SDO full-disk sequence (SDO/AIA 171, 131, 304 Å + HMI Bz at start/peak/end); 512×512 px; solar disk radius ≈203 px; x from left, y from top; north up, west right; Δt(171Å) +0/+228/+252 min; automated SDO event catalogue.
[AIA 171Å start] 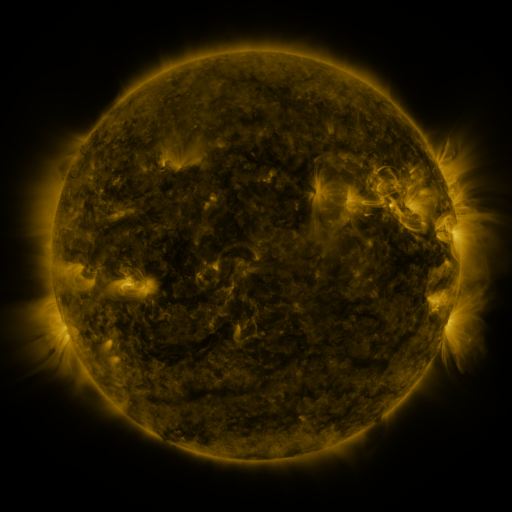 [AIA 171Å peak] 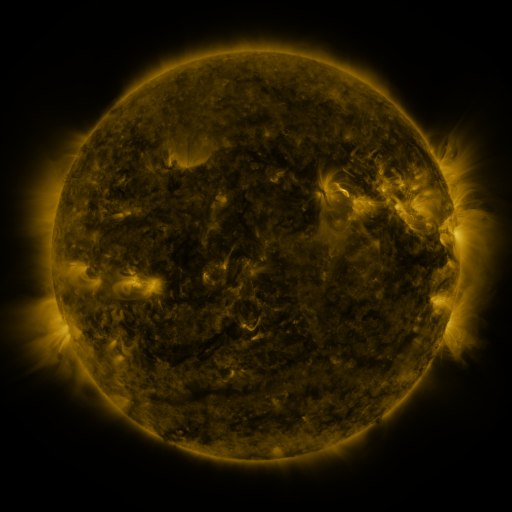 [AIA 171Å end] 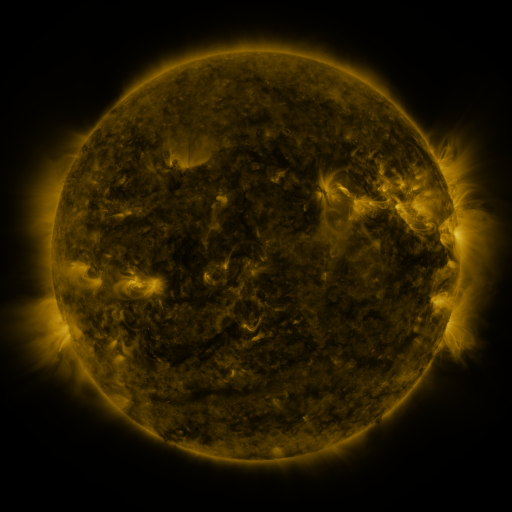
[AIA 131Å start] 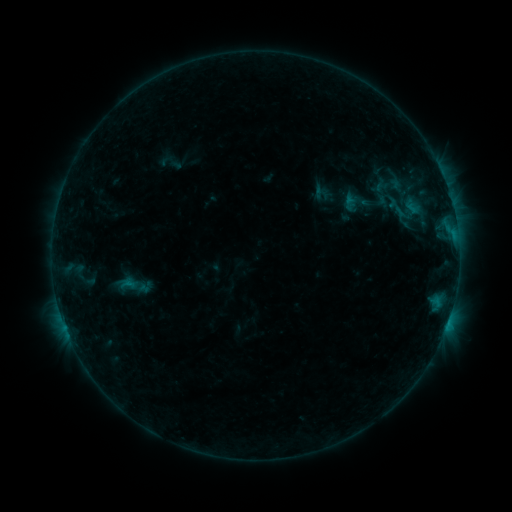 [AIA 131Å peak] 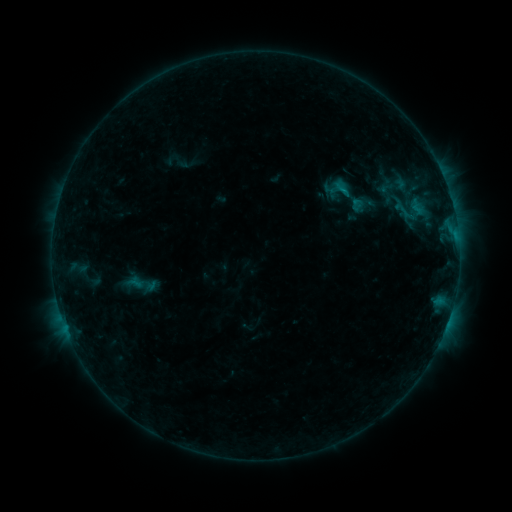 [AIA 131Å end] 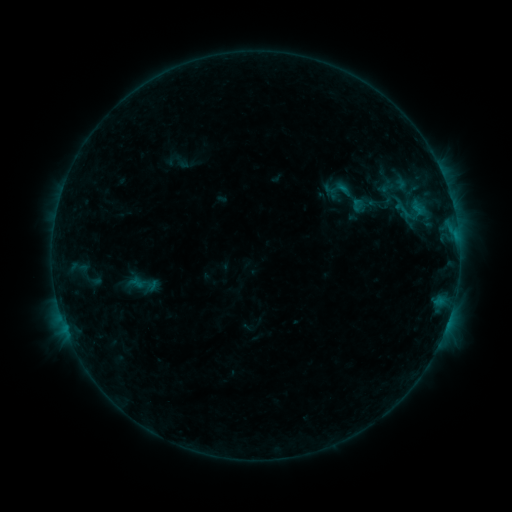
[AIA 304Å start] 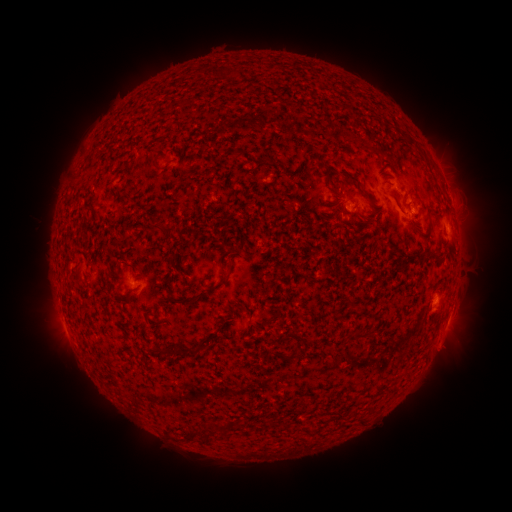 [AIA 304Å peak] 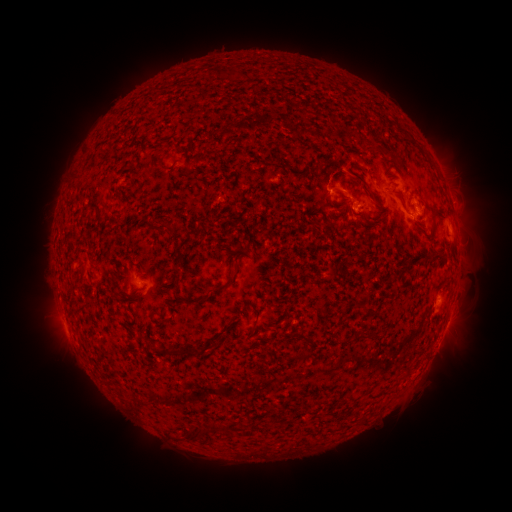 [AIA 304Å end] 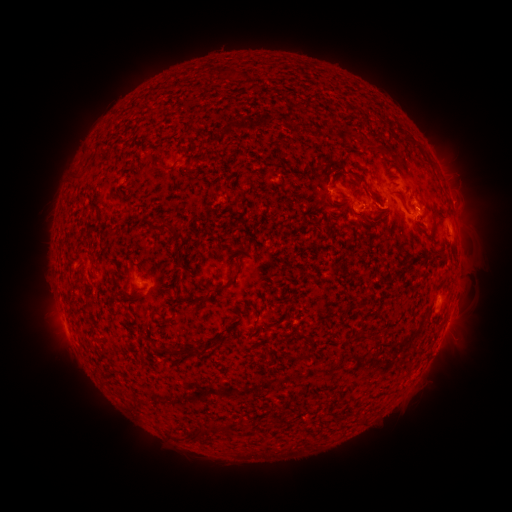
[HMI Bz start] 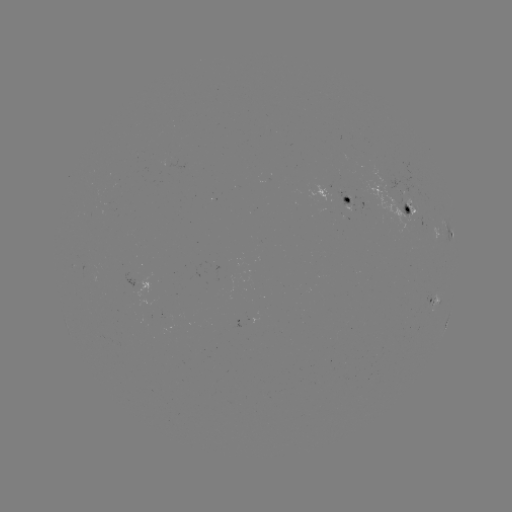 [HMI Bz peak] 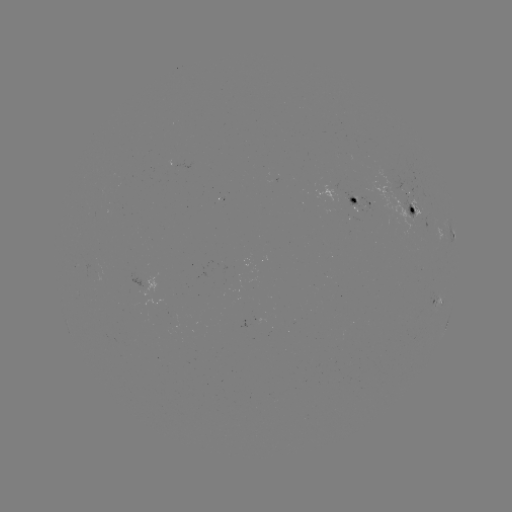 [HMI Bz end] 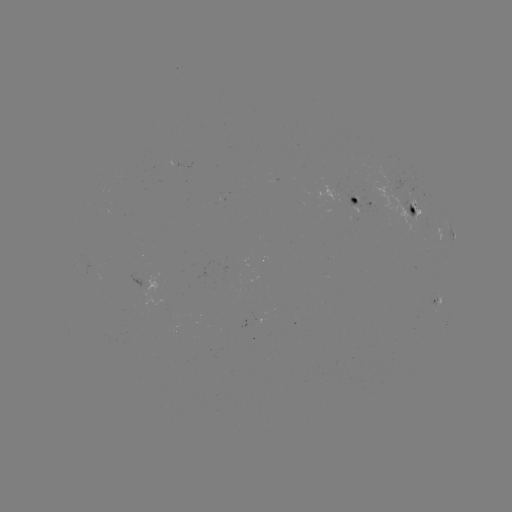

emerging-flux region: <bbox>399, 197, 416, 220</bbox>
